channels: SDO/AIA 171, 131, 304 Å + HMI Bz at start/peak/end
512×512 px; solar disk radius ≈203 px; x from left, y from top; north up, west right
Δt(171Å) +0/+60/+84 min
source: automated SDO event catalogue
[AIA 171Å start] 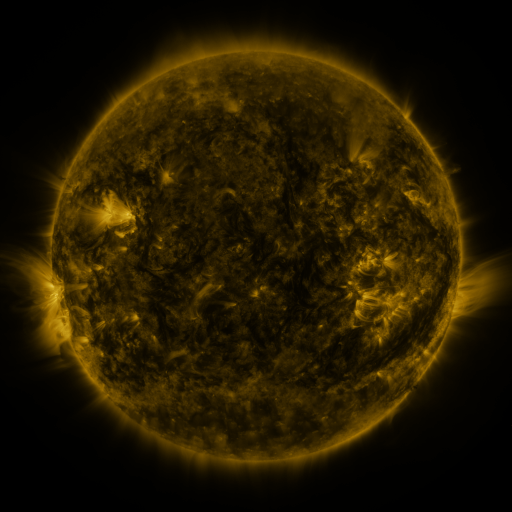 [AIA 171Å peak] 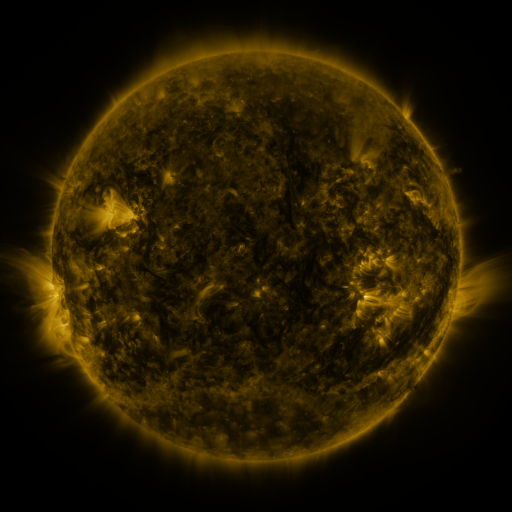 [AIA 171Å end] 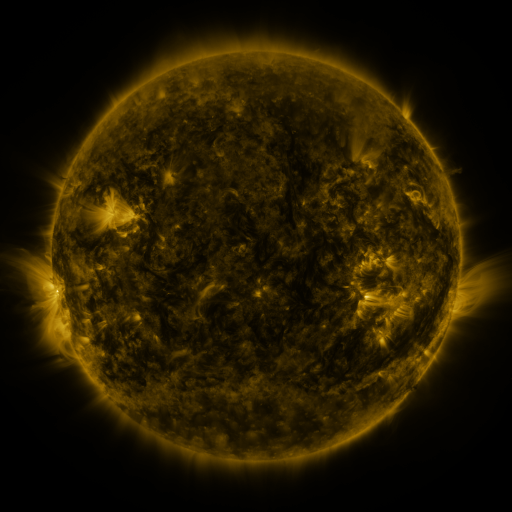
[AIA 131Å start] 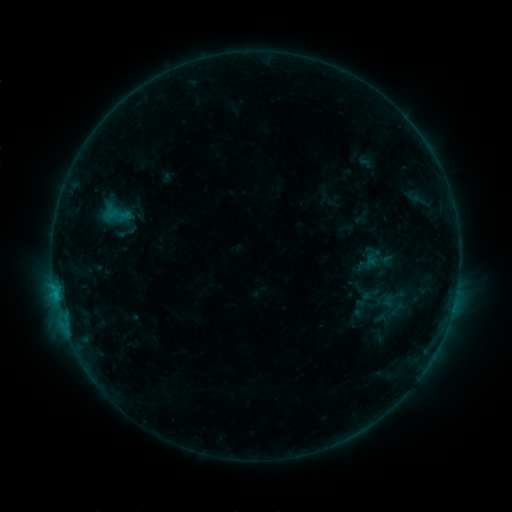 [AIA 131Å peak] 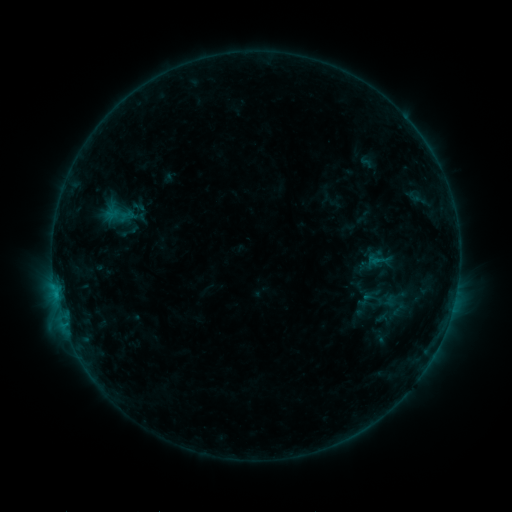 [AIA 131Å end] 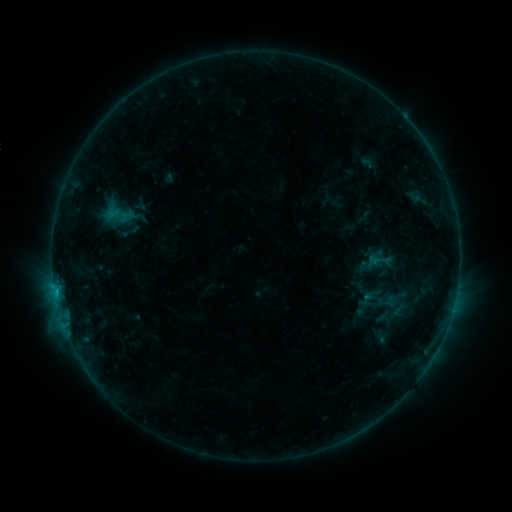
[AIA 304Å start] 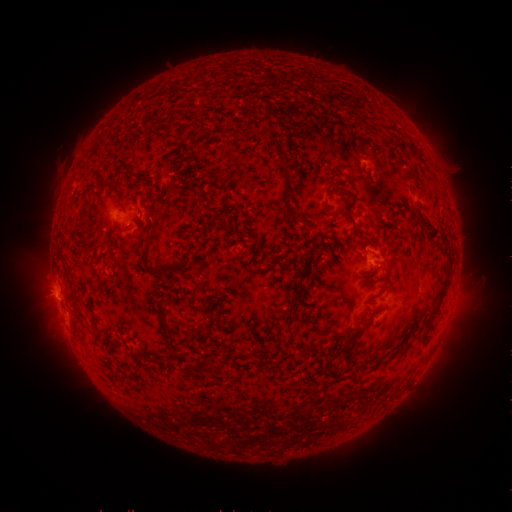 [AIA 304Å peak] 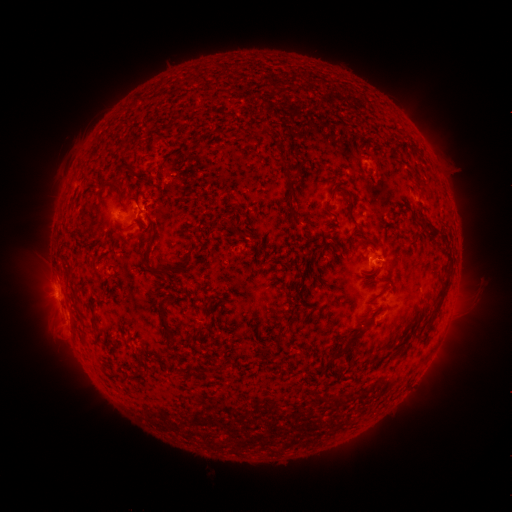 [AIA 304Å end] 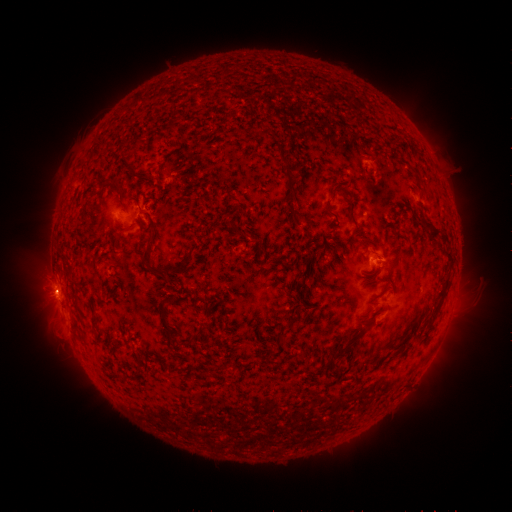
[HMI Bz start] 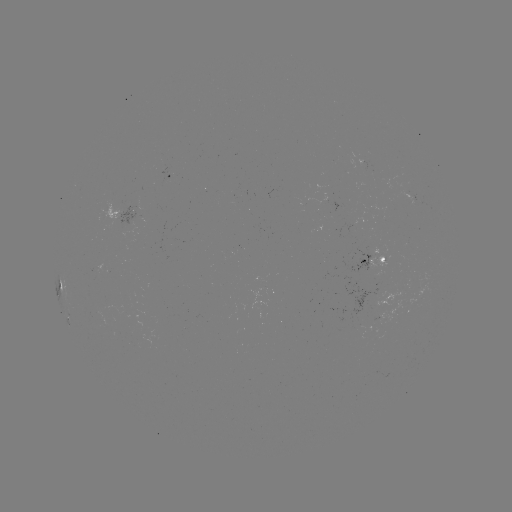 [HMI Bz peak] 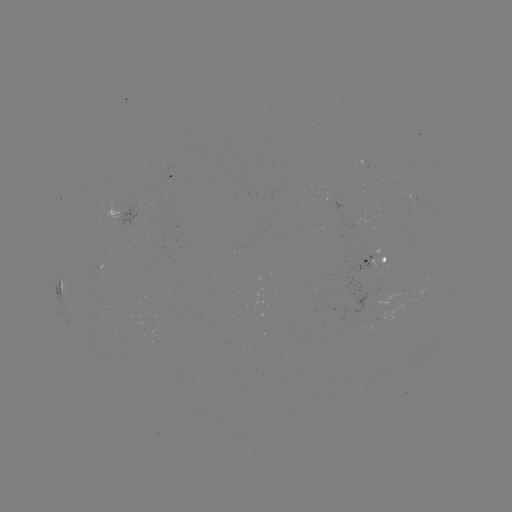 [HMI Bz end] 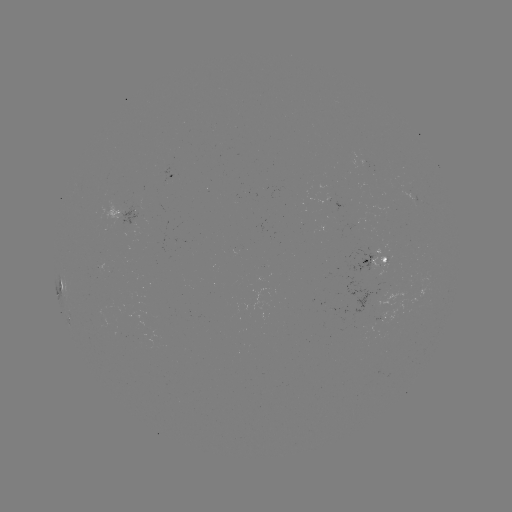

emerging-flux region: (122, 202, 139, 226)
